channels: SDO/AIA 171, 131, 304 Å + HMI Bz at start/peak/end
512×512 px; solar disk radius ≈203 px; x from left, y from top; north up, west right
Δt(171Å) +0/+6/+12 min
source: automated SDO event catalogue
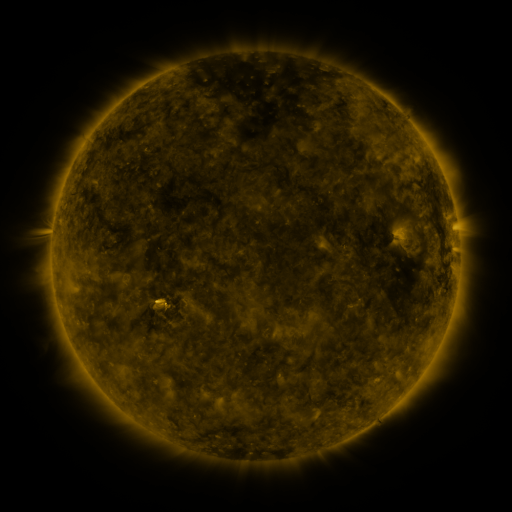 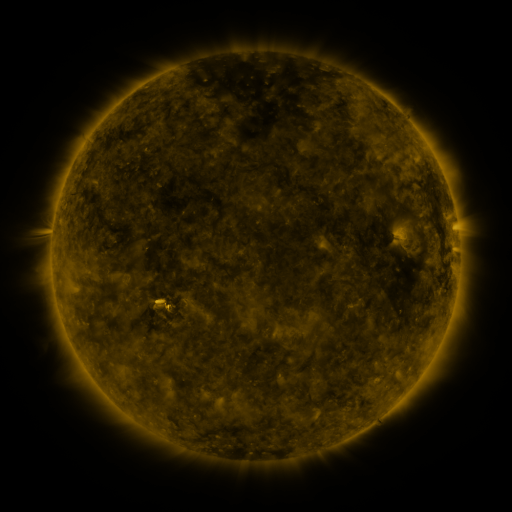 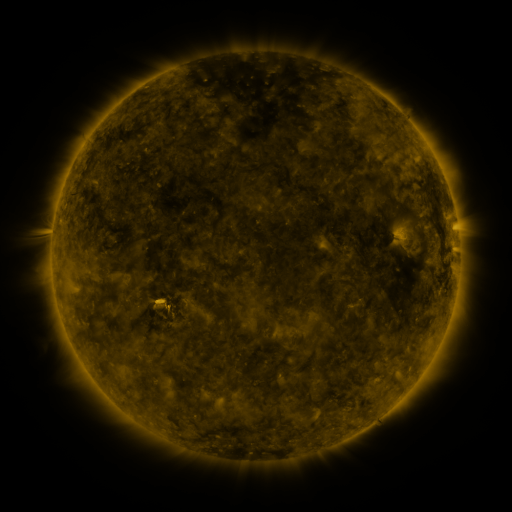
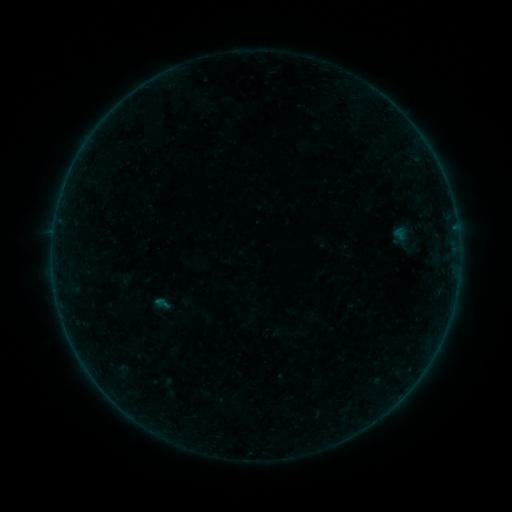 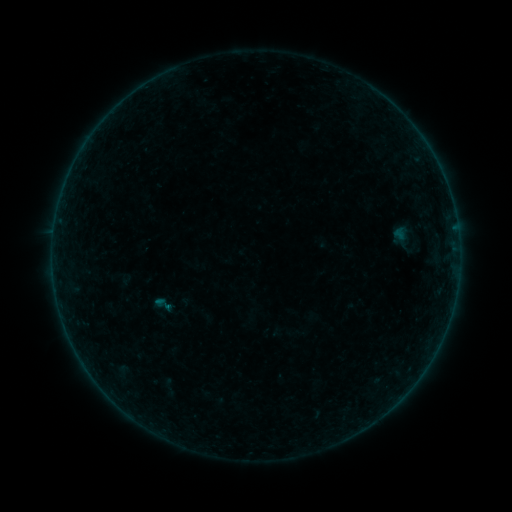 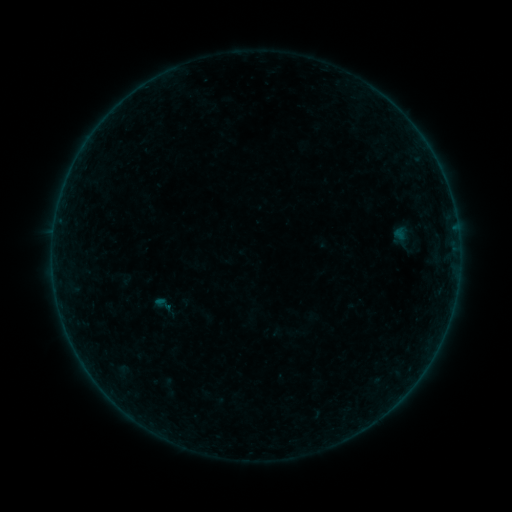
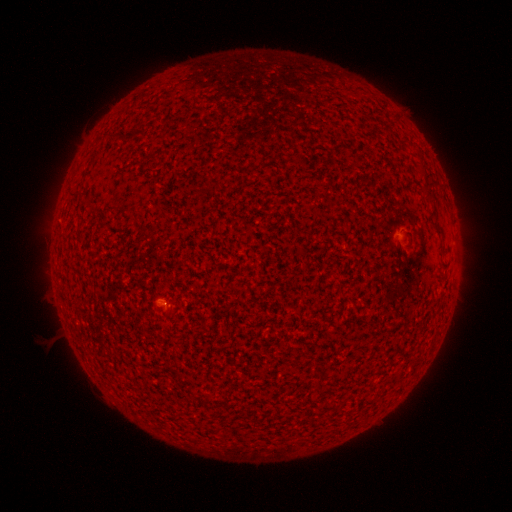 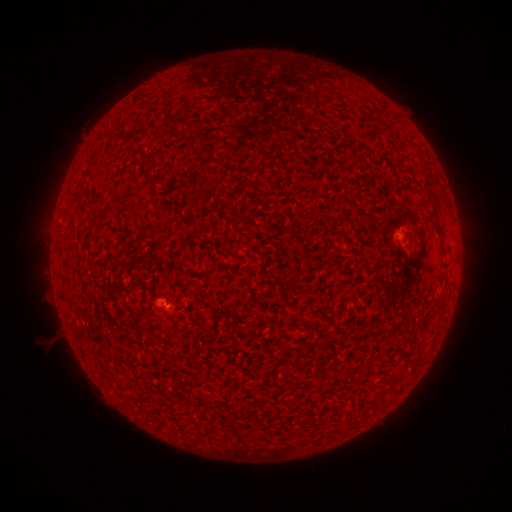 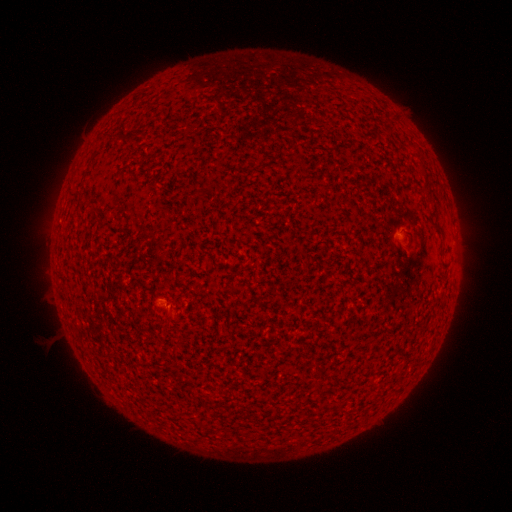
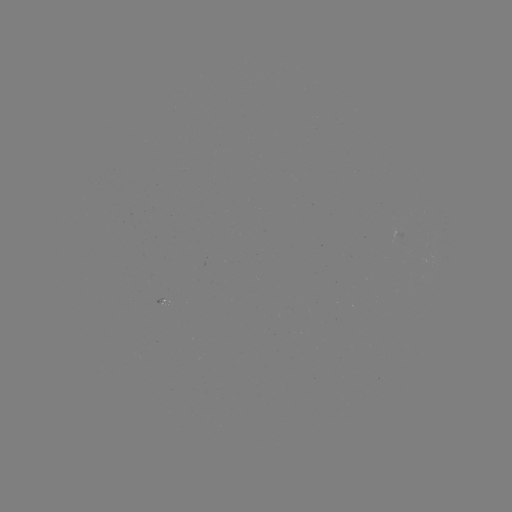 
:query B1.0 flare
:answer (167, 307)